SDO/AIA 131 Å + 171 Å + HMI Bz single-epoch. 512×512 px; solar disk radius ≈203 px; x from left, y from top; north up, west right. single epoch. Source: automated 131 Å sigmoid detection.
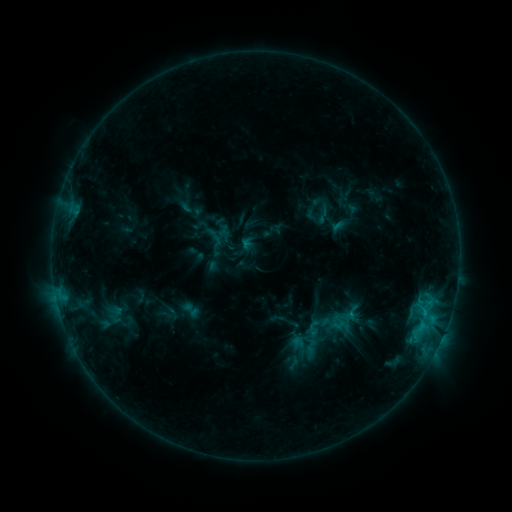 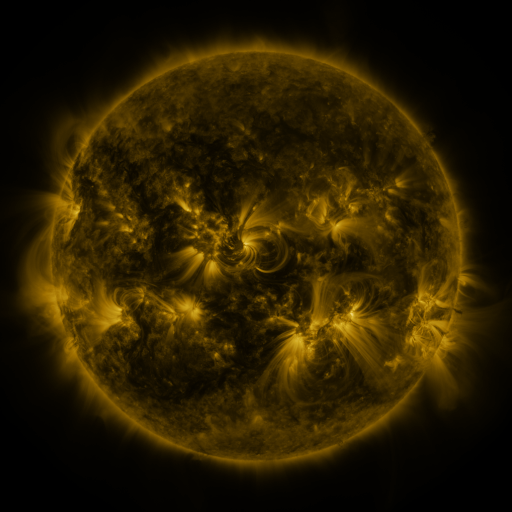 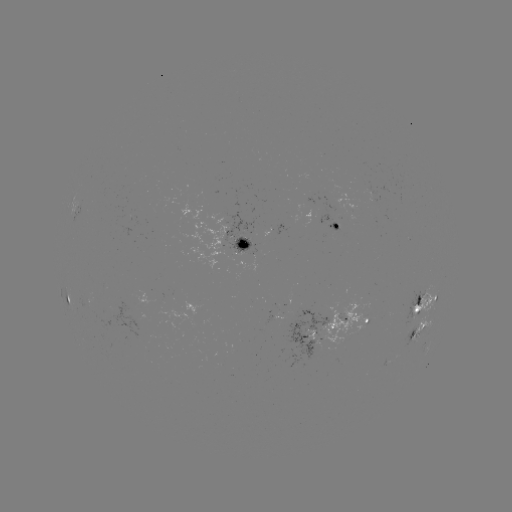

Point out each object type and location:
sigmoid: (312, 206, 334, 225)
sigmoid: (179, 299, 202, 320)
